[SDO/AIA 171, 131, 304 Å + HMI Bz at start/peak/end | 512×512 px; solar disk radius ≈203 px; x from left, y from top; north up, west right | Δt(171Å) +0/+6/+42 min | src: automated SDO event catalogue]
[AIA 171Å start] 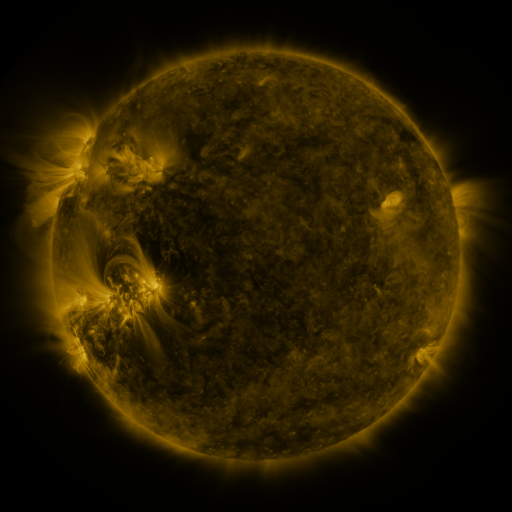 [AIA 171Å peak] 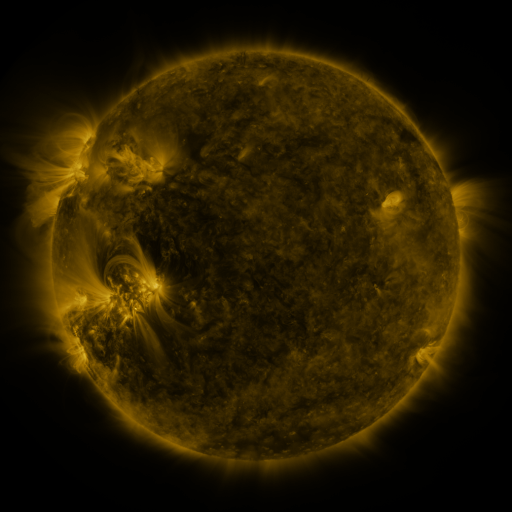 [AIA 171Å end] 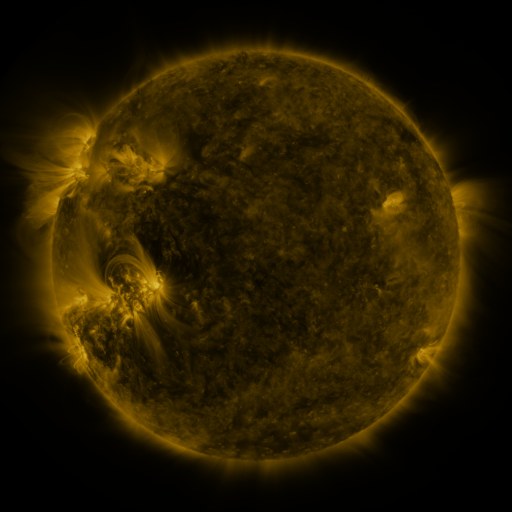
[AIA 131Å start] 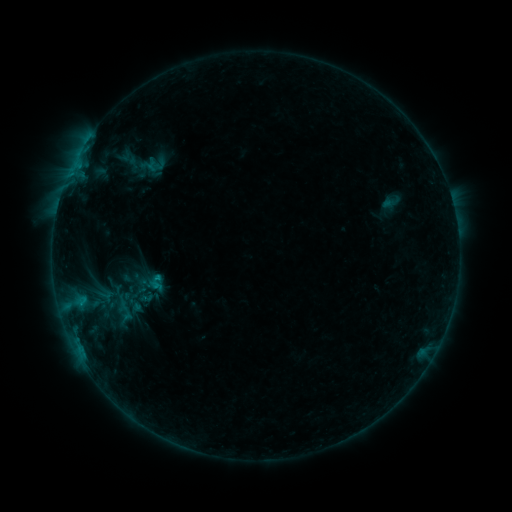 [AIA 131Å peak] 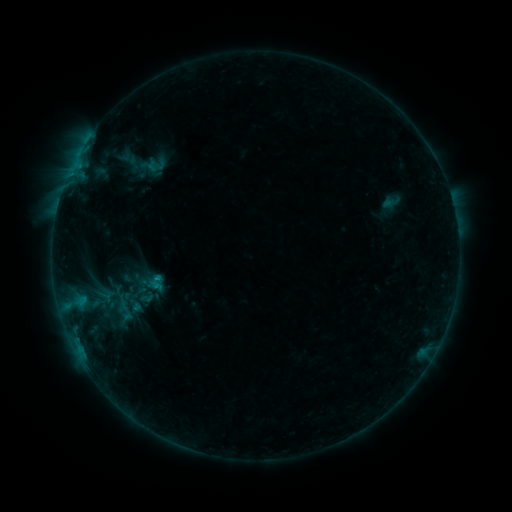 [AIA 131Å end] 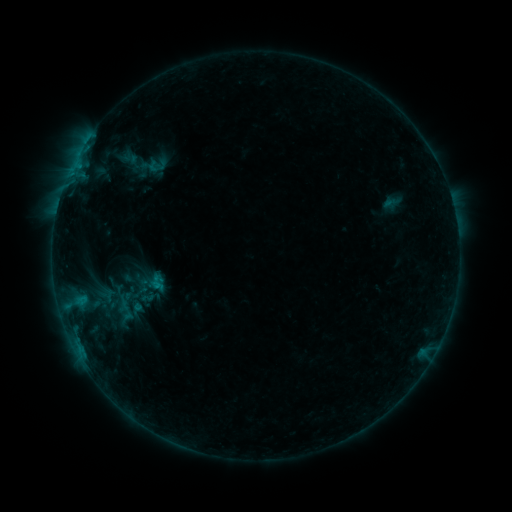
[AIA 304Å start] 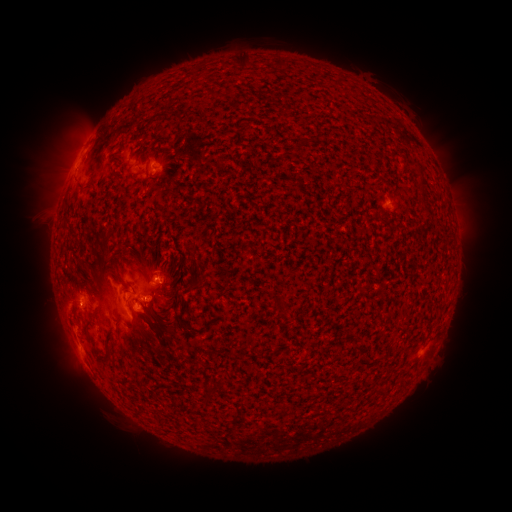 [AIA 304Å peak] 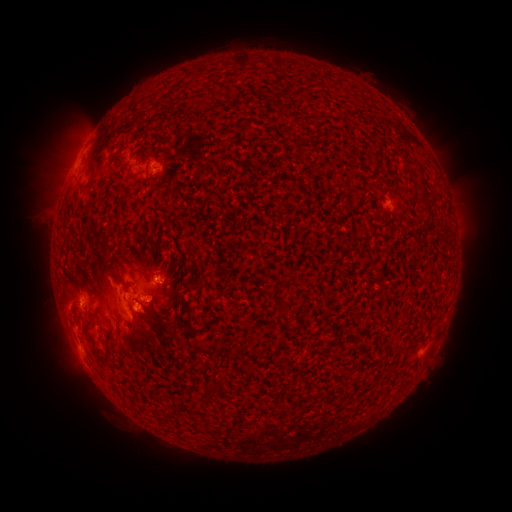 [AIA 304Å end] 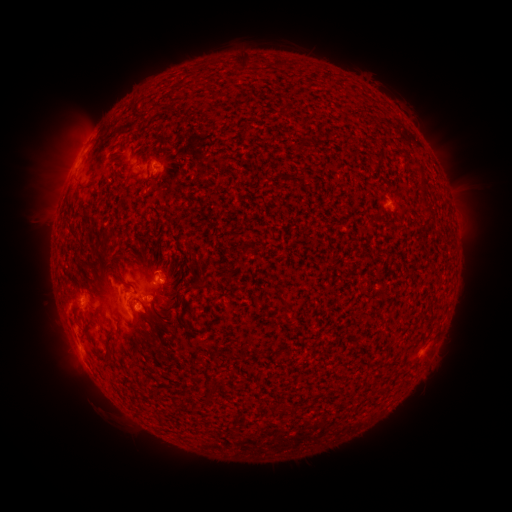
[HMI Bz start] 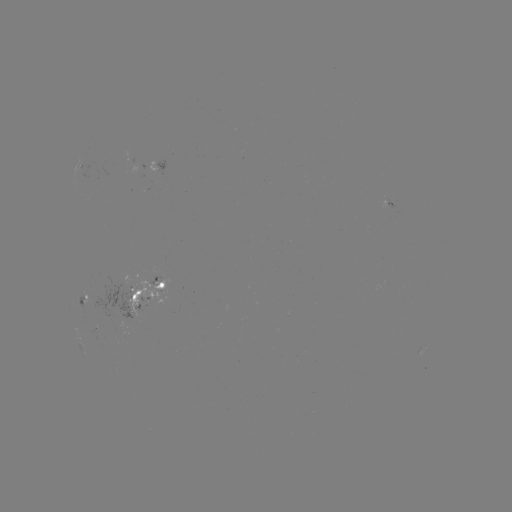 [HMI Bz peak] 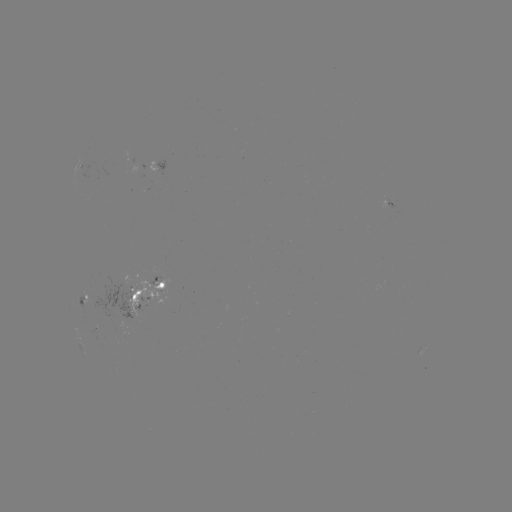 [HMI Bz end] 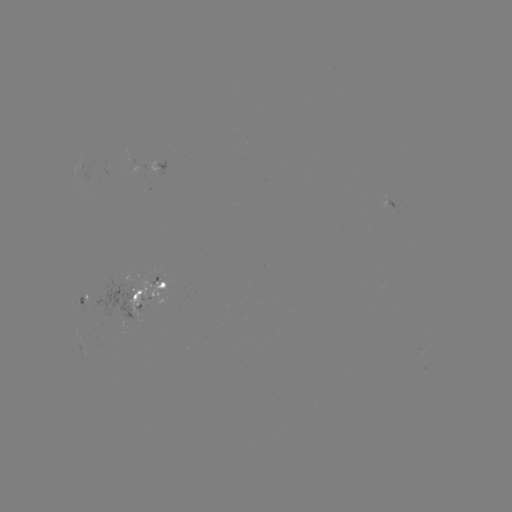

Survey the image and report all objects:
emerging-flux region: (138, 289)
